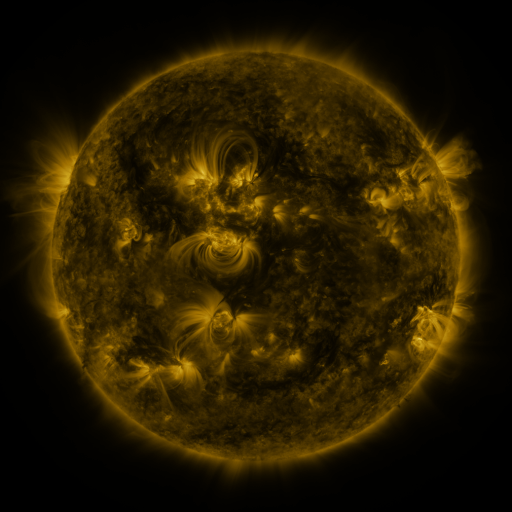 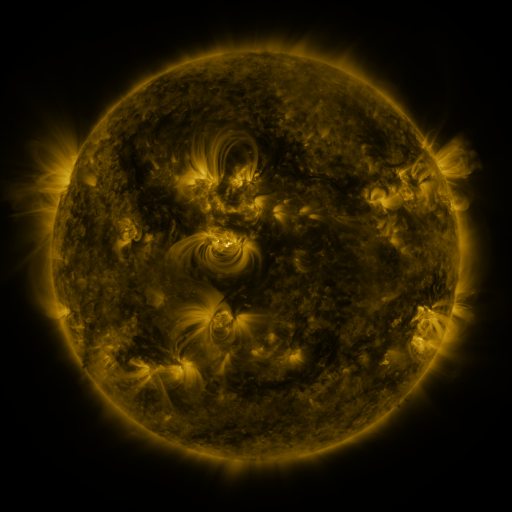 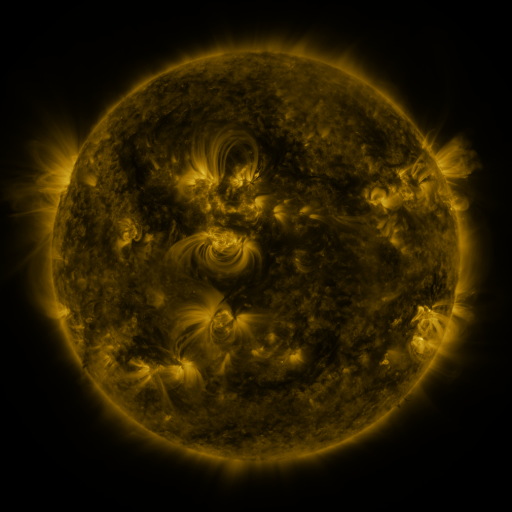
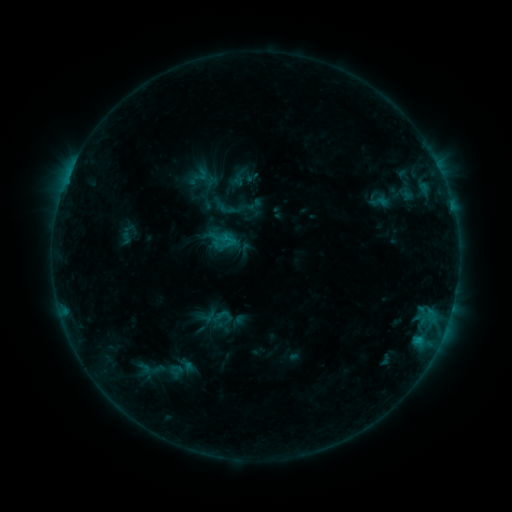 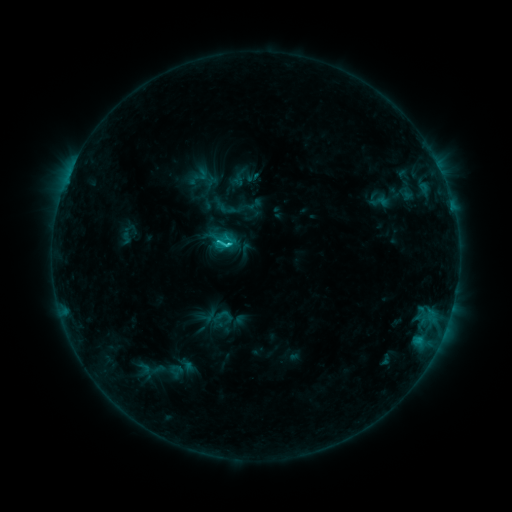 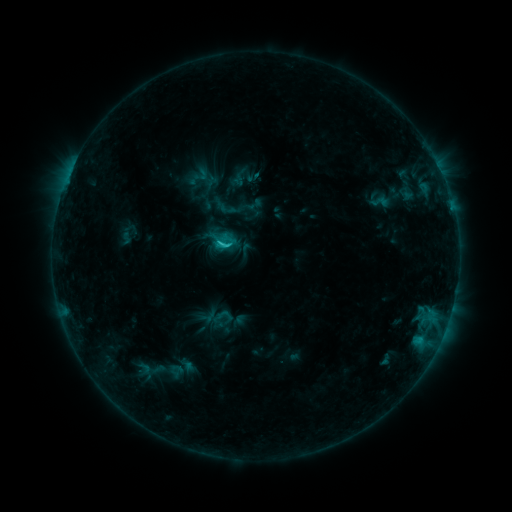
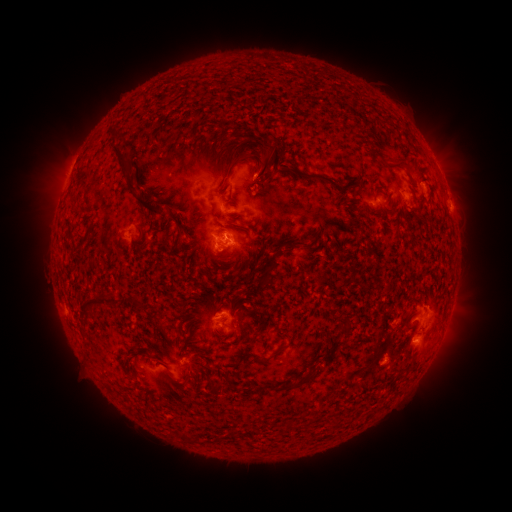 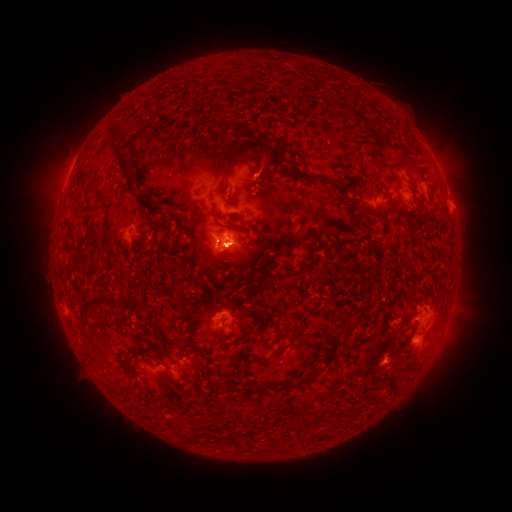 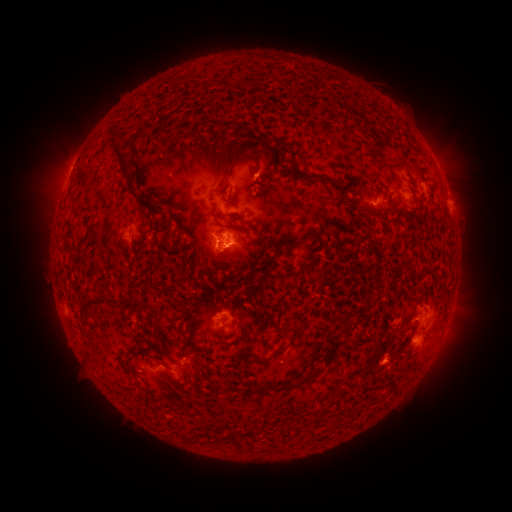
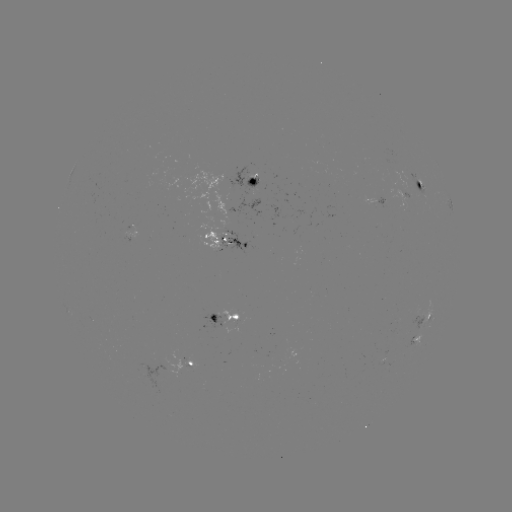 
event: eruption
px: (449, 337)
